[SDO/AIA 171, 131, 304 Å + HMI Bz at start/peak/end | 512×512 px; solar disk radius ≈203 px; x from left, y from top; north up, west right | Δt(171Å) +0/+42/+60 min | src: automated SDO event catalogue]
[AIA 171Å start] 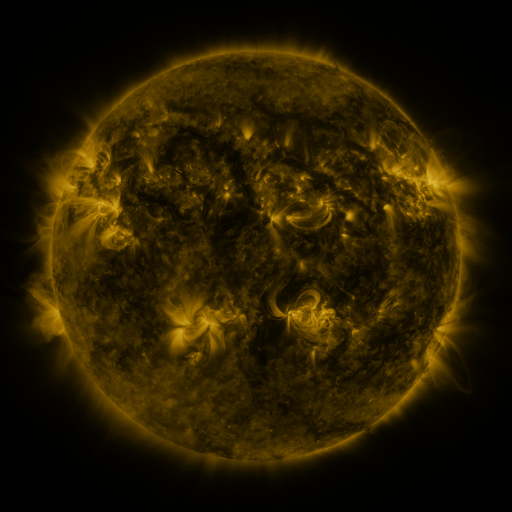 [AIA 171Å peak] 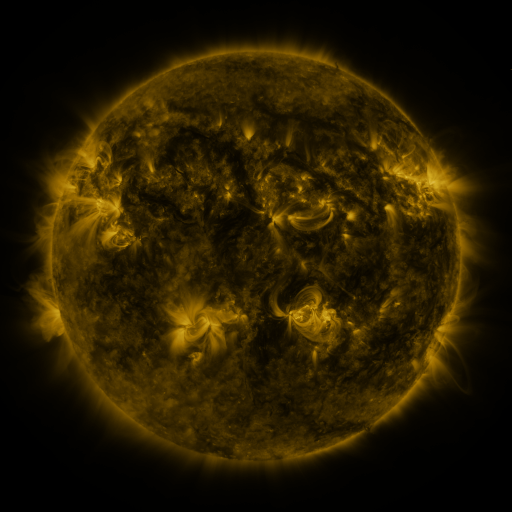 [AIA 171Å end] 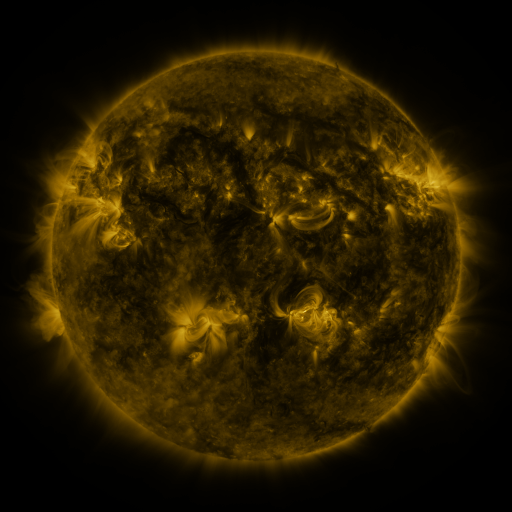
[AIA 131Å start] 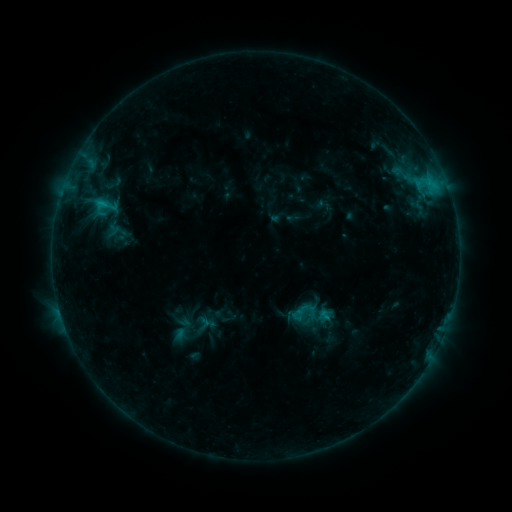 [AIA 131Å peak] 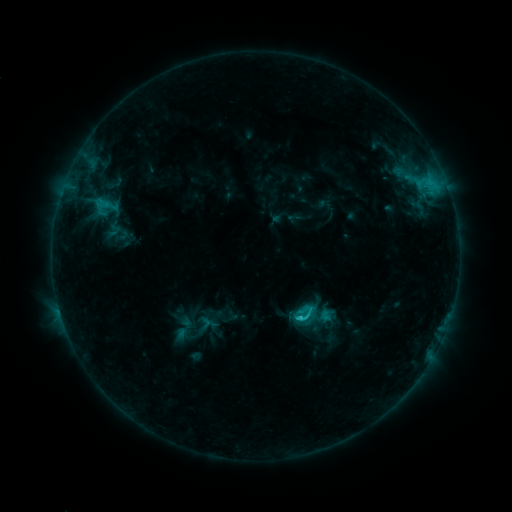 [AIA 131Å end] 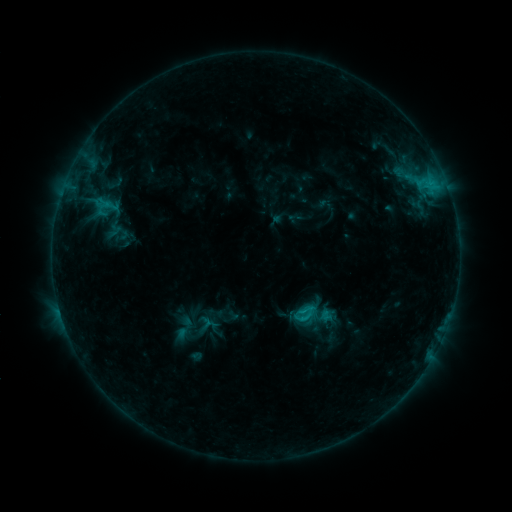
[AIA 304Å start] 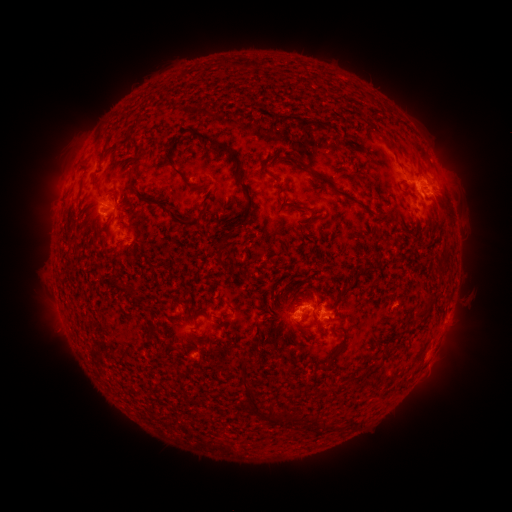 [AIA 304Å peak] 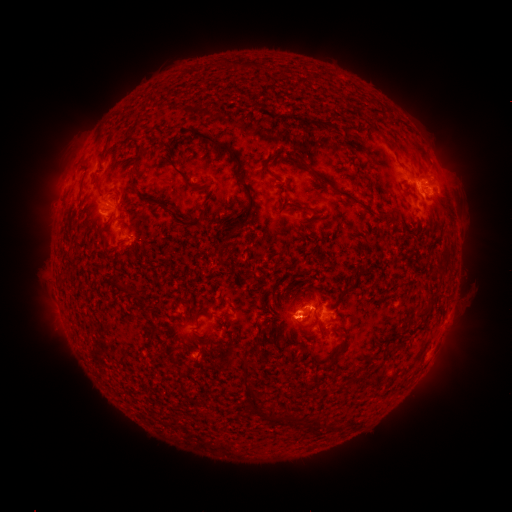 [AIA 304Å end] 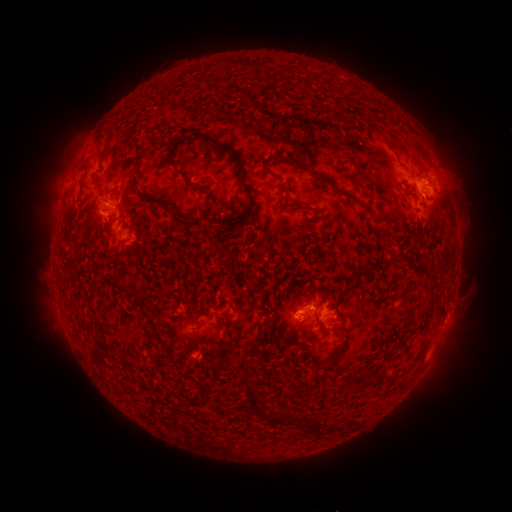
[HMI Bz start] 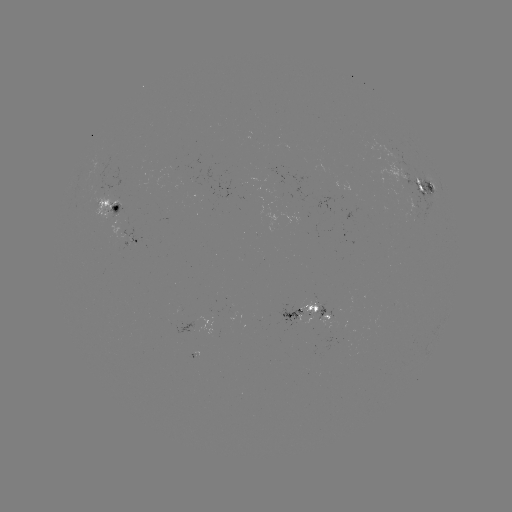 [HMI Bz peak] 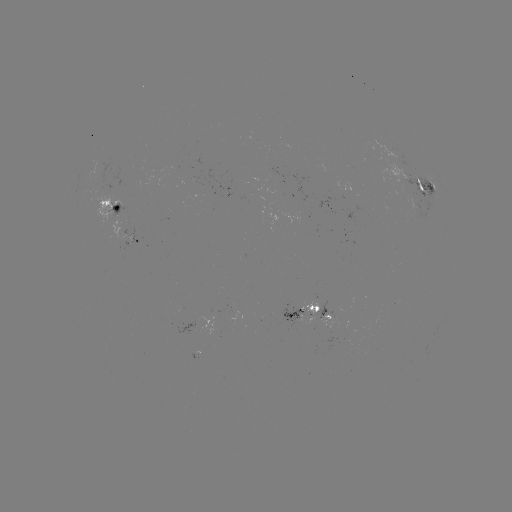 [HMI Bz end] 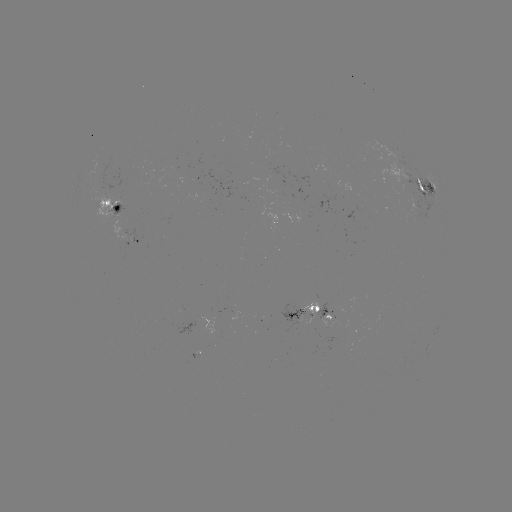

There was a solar flare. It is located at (299, 316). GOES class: C2.0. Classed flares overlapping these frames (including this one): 1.